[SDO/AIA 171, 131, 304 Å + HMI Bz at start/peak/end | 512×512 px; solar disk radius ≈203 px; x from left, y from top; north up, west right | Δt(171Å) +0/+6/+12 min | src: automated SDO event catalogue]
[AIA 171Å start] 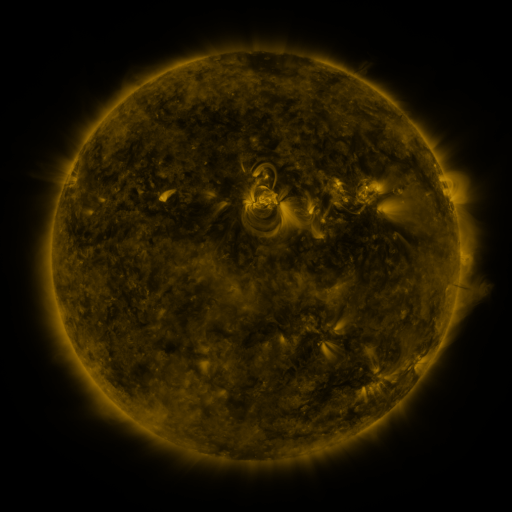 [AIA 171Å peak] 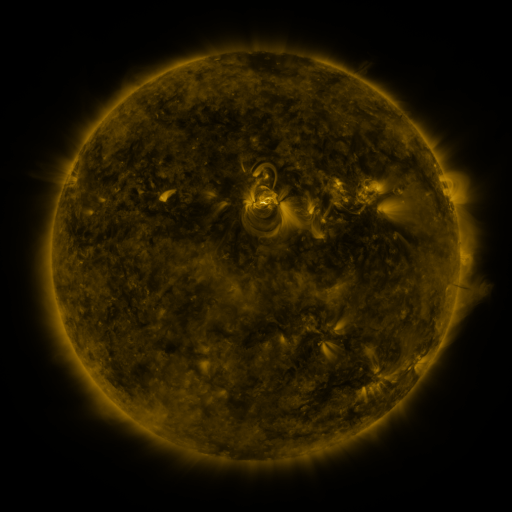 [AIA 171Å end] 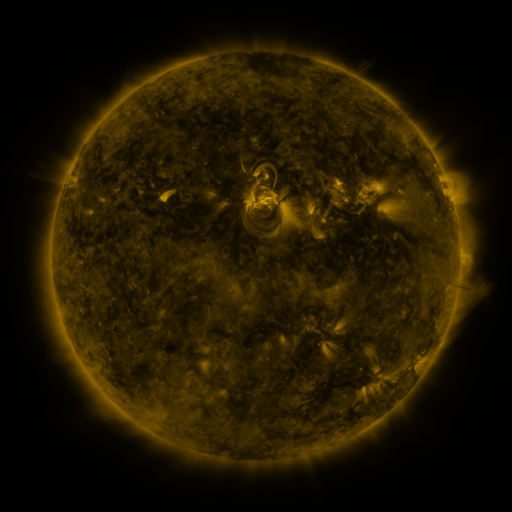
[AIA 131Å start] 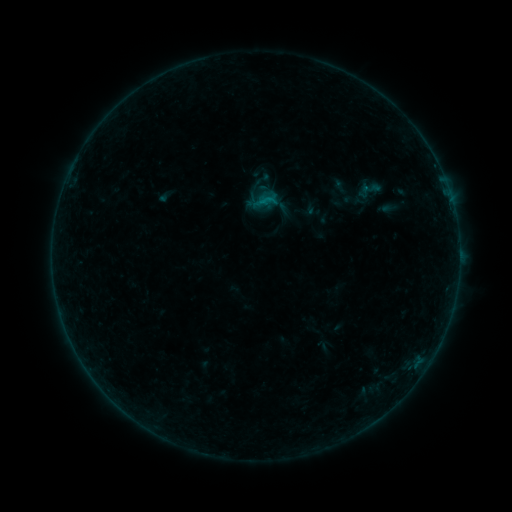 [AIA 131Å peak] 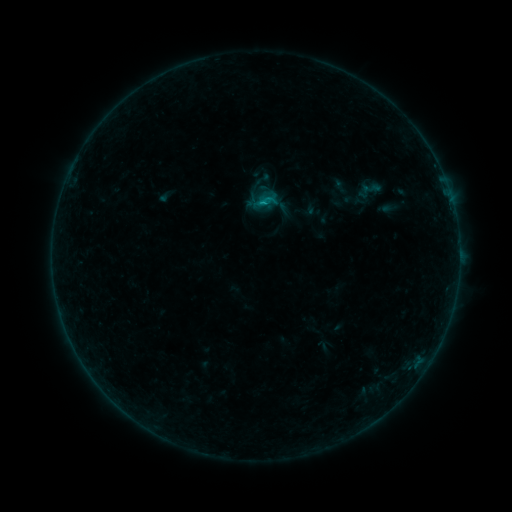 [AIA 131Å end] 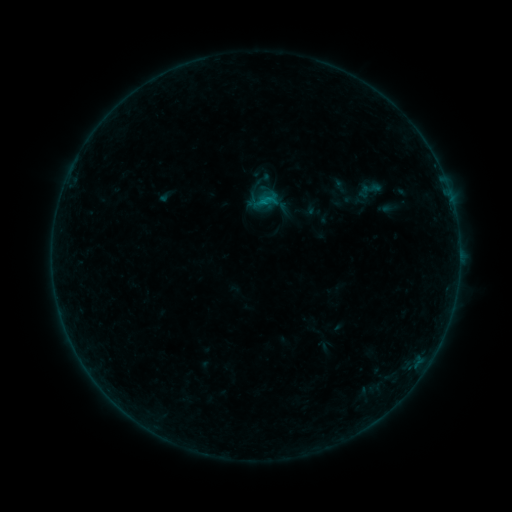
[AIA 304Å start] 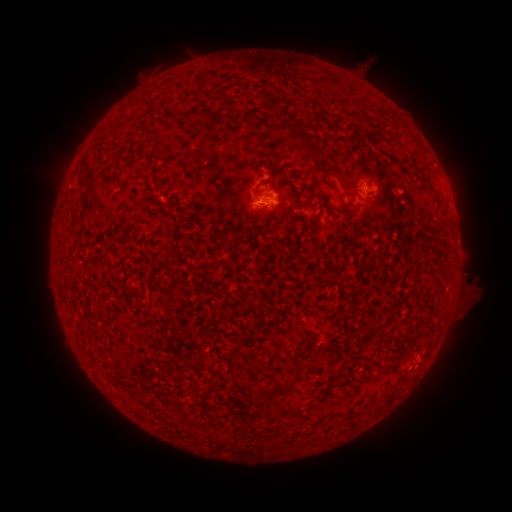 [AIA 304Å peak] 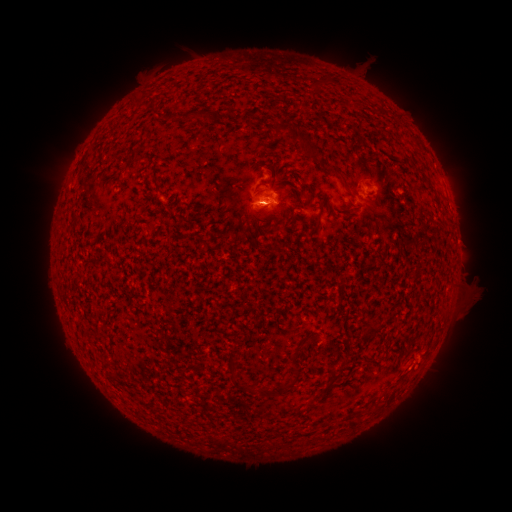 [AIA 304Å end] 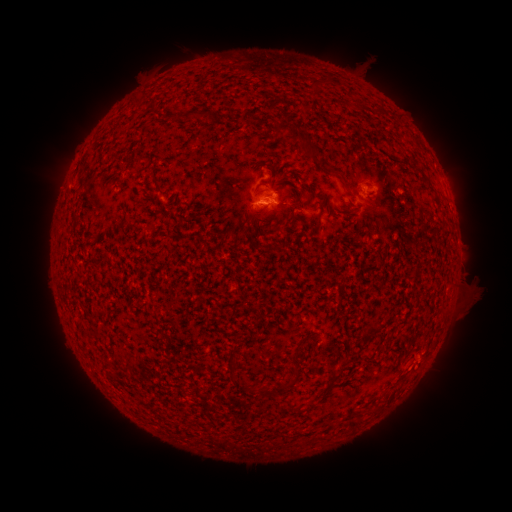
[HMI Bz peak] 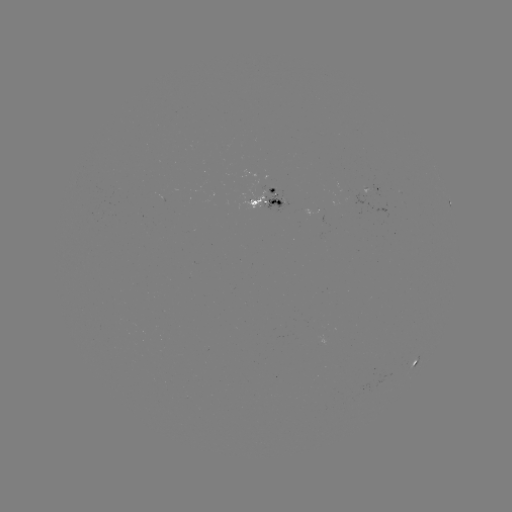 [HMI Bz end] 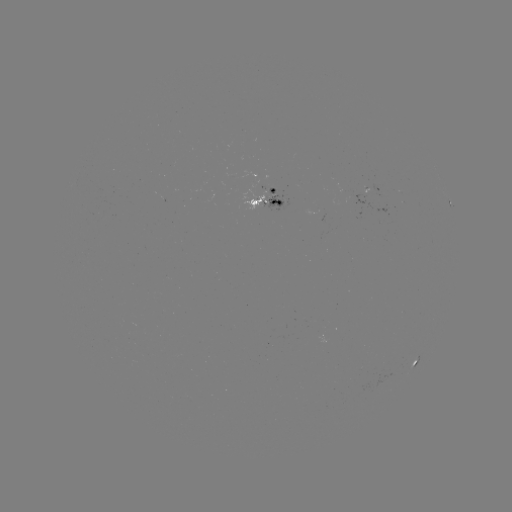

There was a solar flare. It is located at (262, 206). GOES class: B3.8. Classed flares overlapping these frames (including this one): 1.